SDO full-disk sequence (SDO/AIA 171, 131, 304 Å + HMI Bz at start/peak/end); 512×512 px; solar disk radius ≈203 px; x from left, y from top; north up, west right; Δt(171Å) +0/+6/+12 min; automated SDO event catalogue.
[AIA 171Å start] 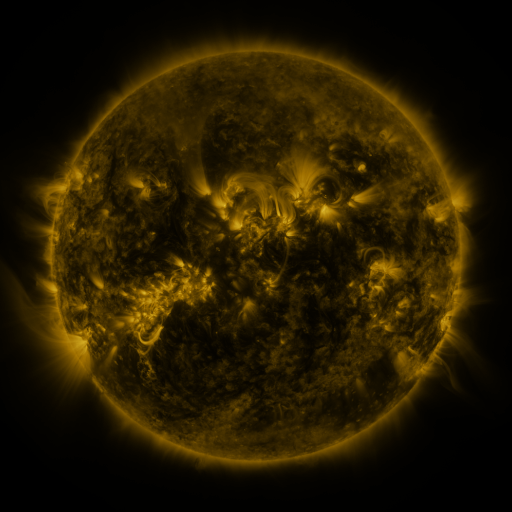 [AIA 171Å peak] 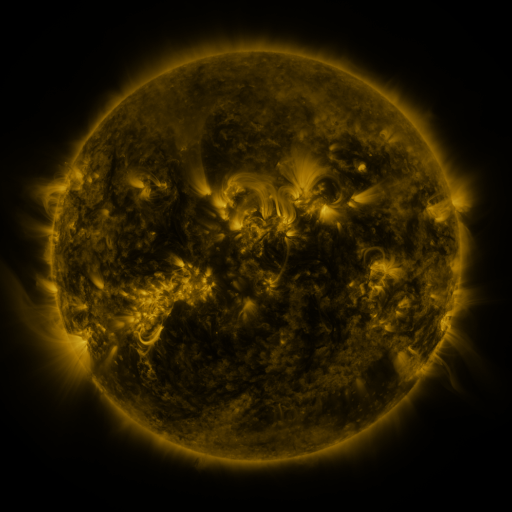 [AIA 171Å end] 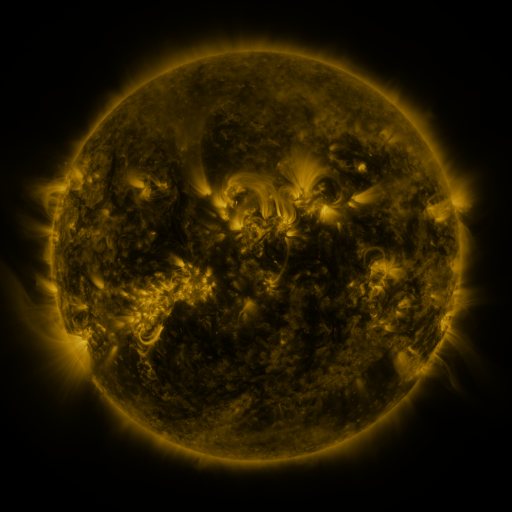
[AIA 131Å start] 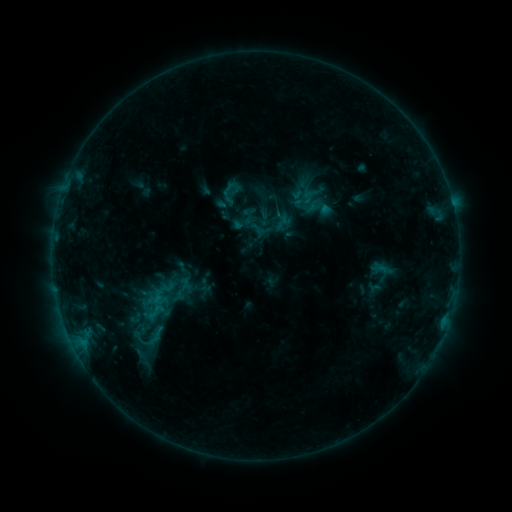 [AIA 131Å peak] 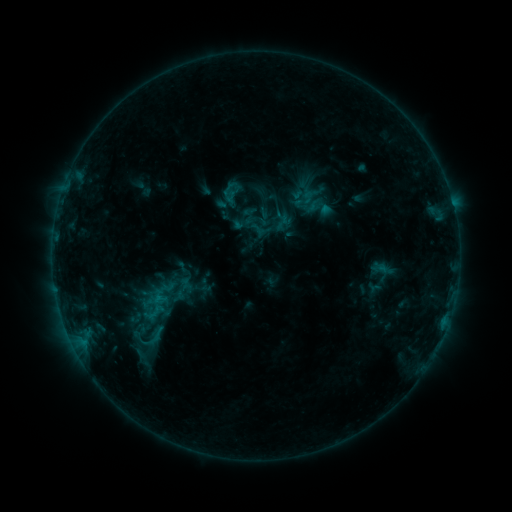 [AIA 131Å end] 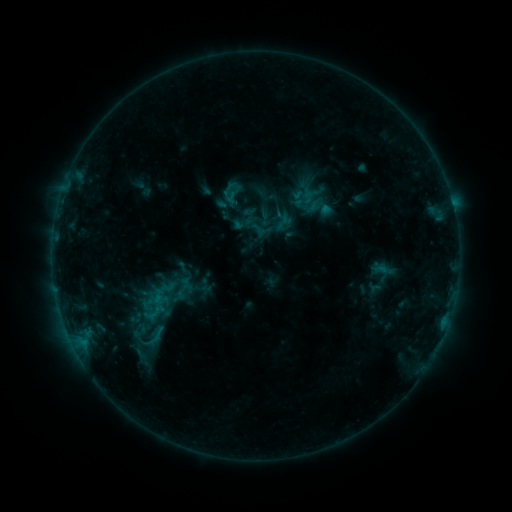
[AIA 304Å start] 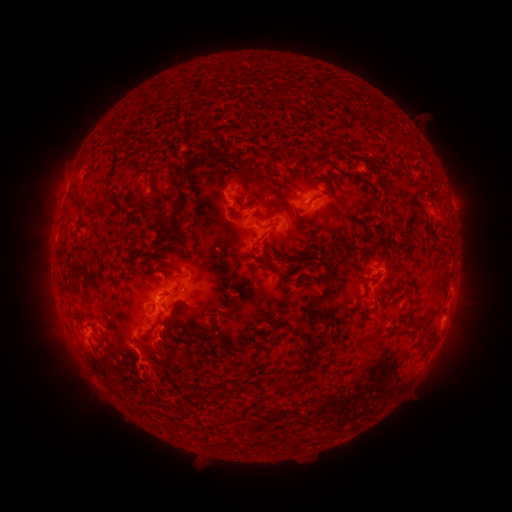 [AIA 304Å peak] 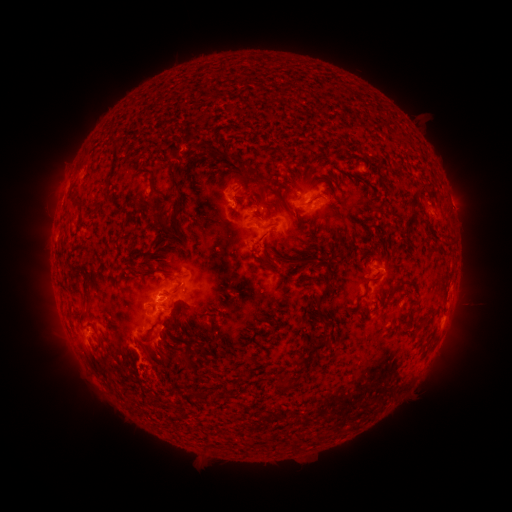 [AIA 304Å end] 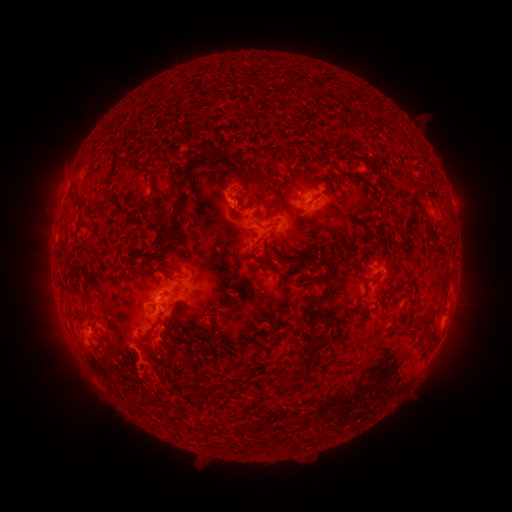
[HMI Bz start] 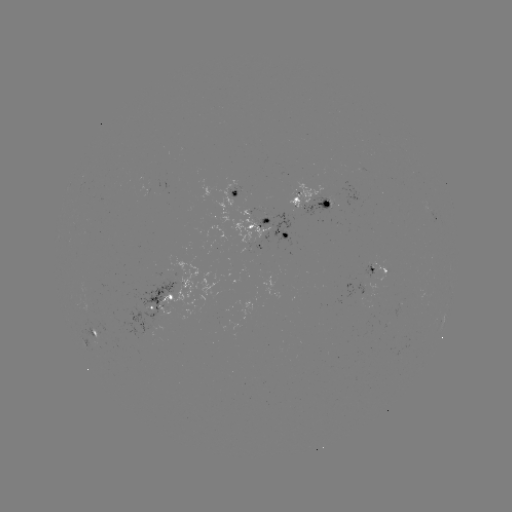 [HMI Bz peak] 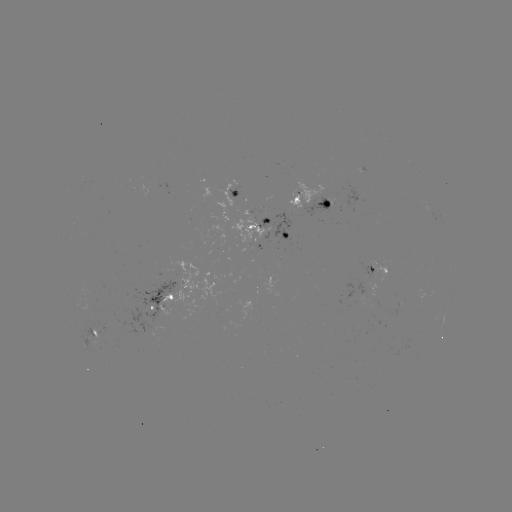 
no flare in any classed list; no EUV-trigger detection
